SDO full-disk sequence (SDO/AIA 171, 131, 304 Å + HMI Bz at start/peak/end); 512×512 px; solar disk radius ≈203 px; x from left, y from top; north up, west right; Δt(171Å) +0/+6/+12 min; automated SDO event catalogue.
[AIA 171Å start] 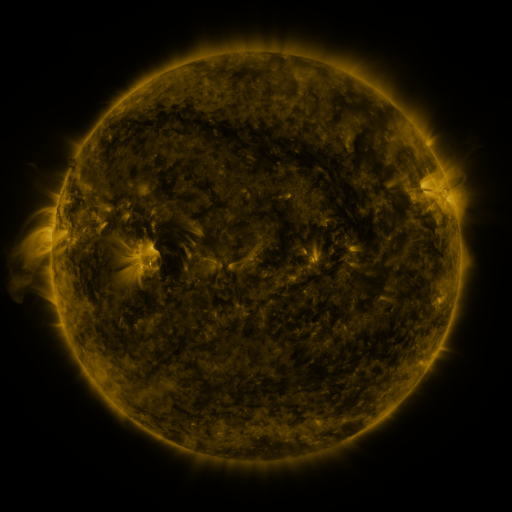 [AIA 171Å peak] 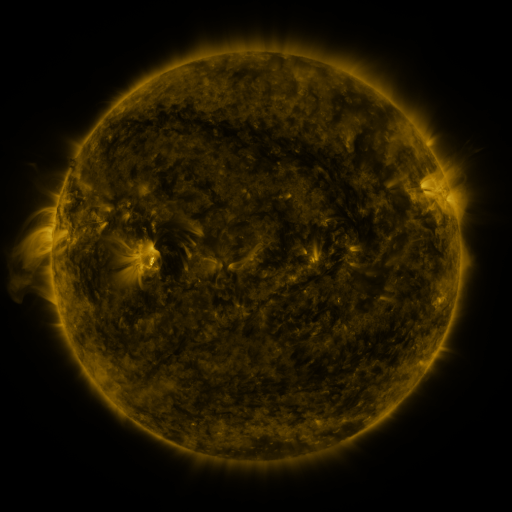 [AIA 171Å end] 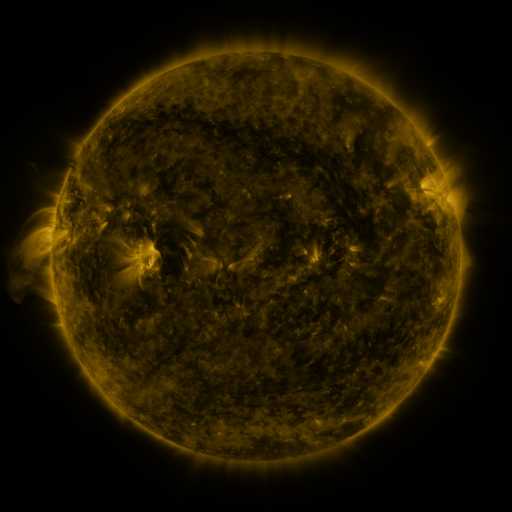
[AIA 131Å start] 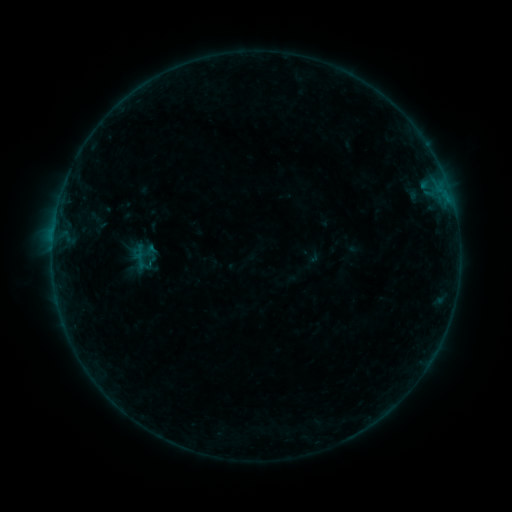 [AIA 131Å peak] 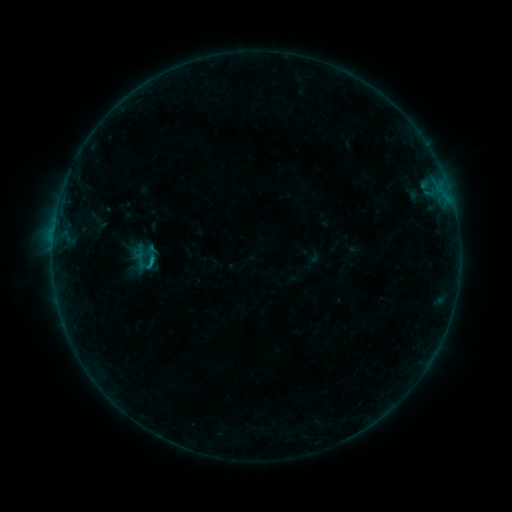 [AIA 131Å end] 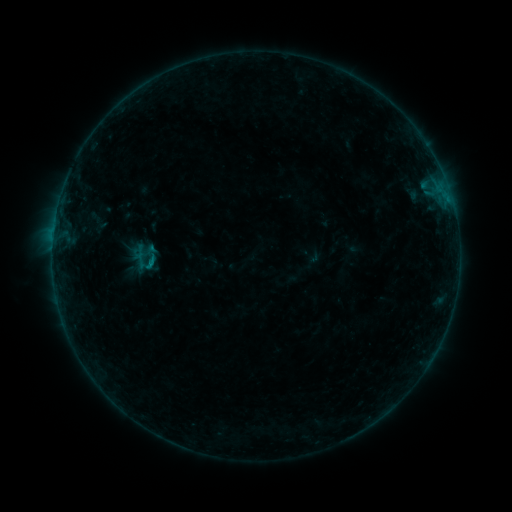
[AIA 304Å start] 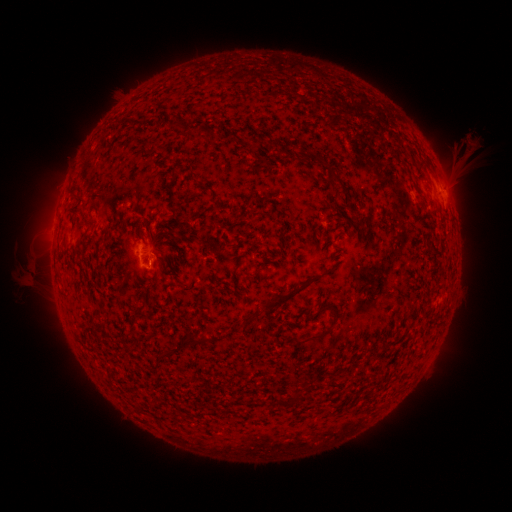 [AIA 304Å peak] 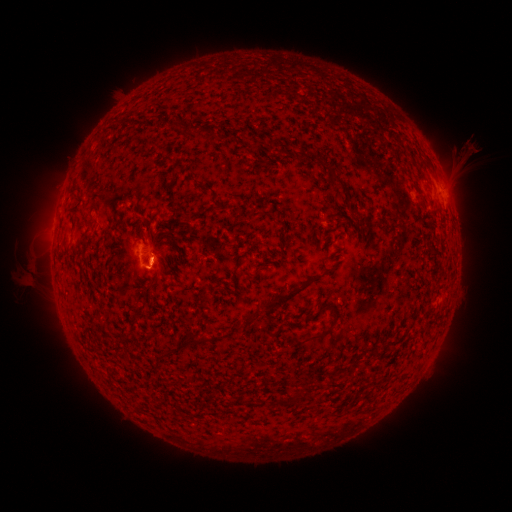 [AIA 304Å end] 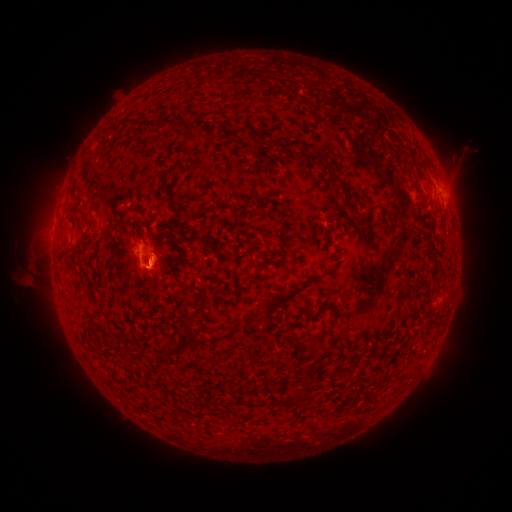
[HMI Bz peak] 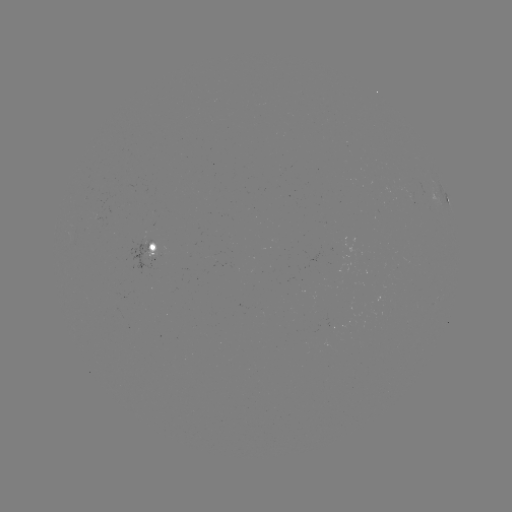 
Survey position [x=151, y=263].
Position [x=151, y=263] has B3.3 flare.